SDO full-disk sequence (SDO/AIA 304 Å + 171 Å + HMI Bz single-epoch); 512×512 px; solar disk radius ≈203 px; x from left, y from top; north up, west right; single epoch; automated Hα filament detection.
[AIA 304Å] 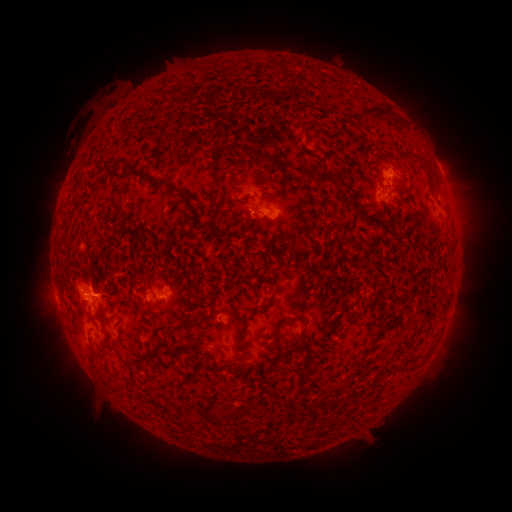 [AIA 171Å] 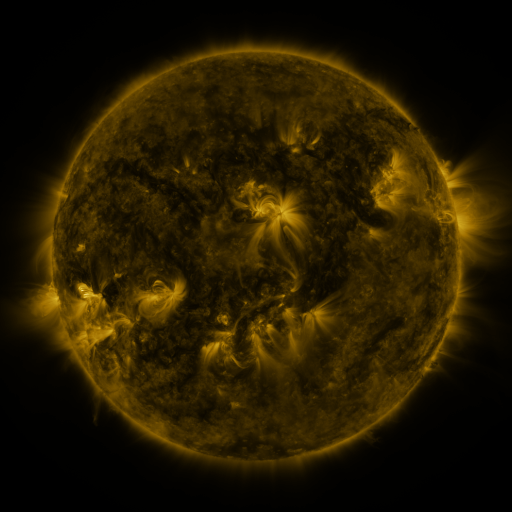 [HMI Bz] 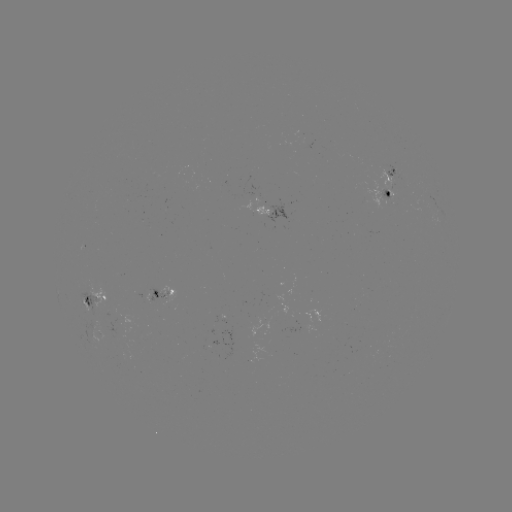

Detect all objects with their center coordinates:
filament: [363, 106, 389, 120]
filament: [258, 152, 276, 165]
filament: [126, 160, 136, 170]
filament: [313, 171, 343, 191]
filament: [212, 174, 221, 185]
filament: [154, 180, 171, 188]
filament: [359, 213, 378, 224]
filament: [271, 317, 291, 336]
filament: [236, 324, 246, 348]
filament: [158, 350, 176, 368]
